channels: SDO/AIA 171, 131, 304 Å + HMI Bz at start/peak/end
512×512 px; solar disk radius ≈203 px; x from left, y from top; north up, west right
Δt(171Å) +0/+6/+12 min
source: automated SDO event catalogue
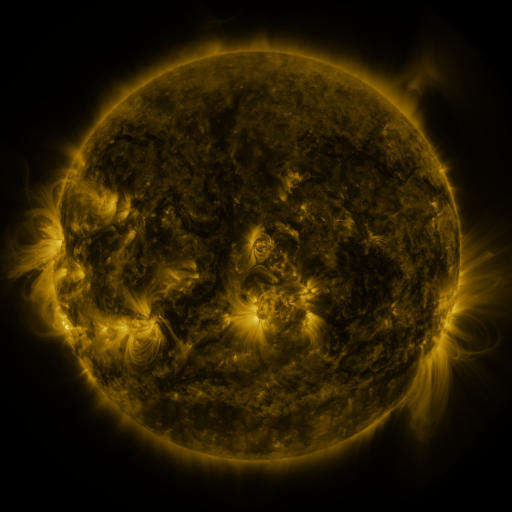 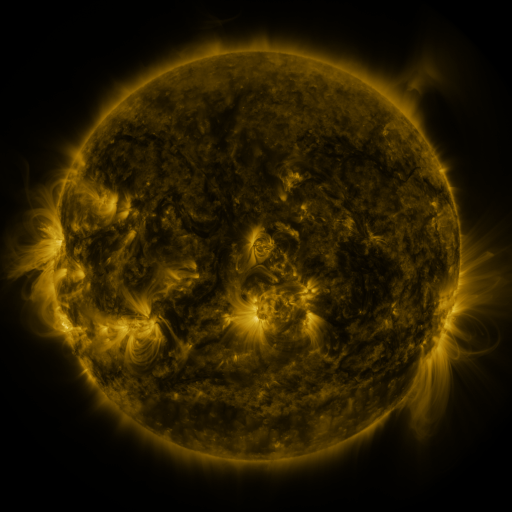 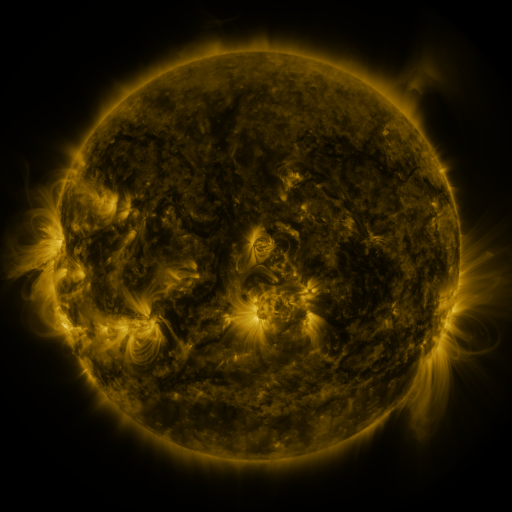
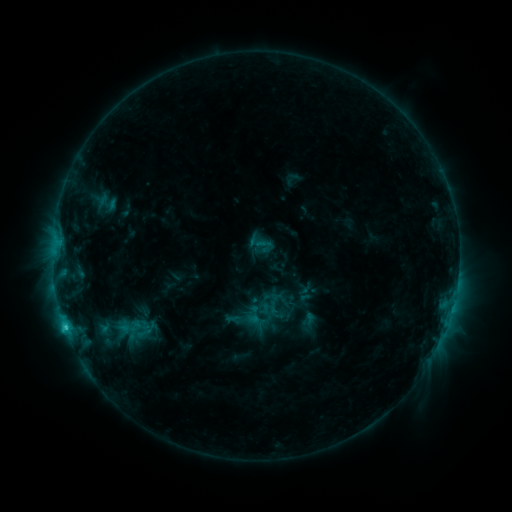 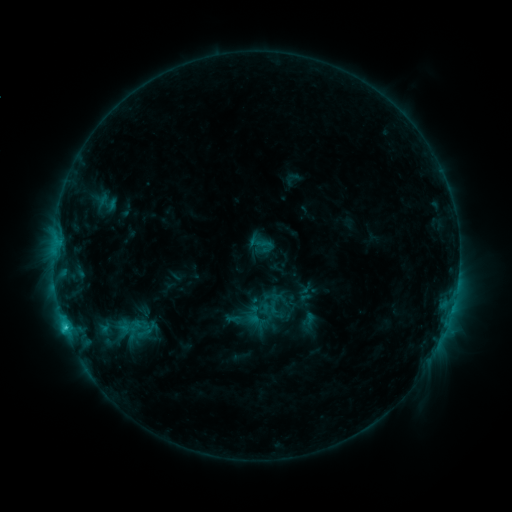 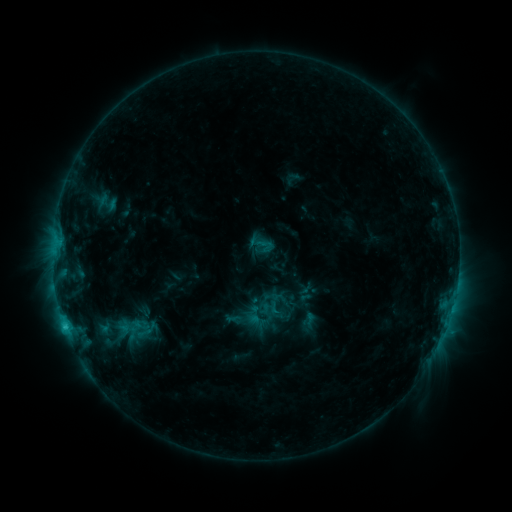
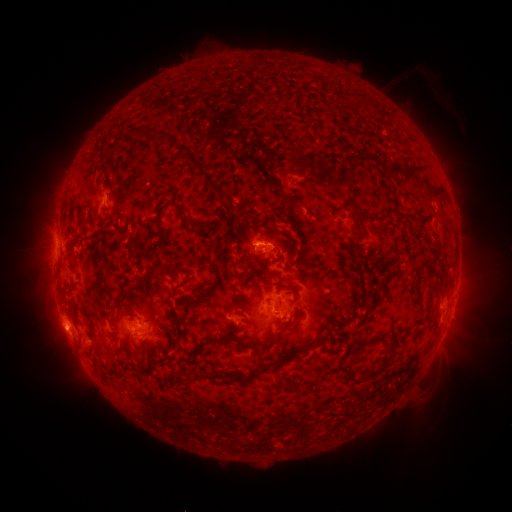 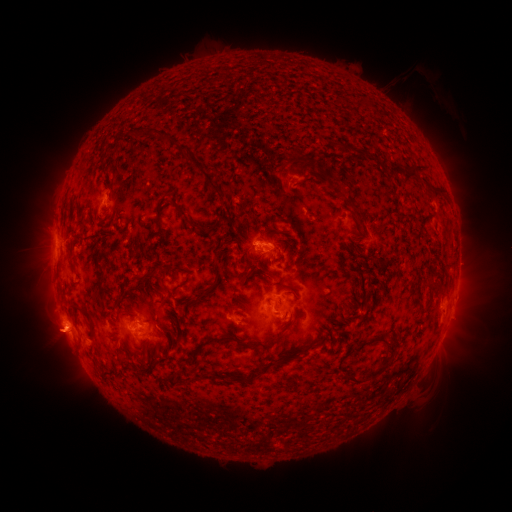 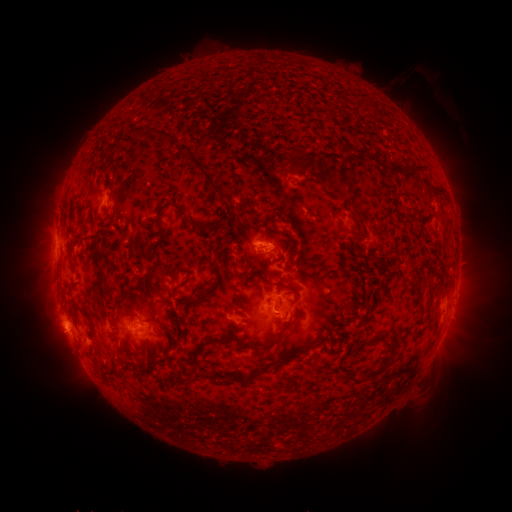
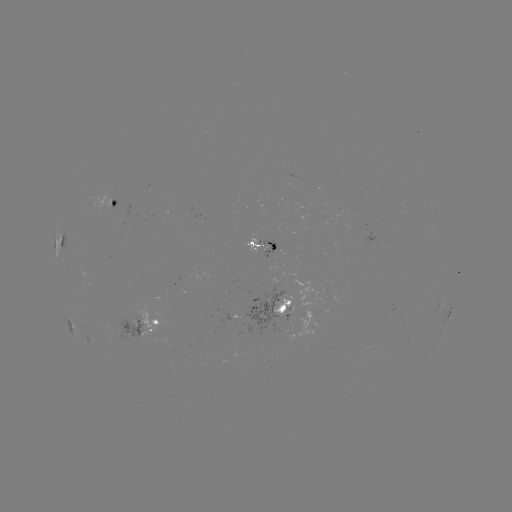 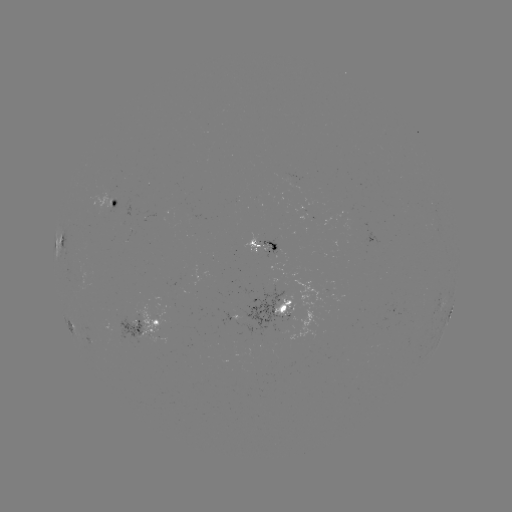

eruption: (24, 308, 84, 367)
